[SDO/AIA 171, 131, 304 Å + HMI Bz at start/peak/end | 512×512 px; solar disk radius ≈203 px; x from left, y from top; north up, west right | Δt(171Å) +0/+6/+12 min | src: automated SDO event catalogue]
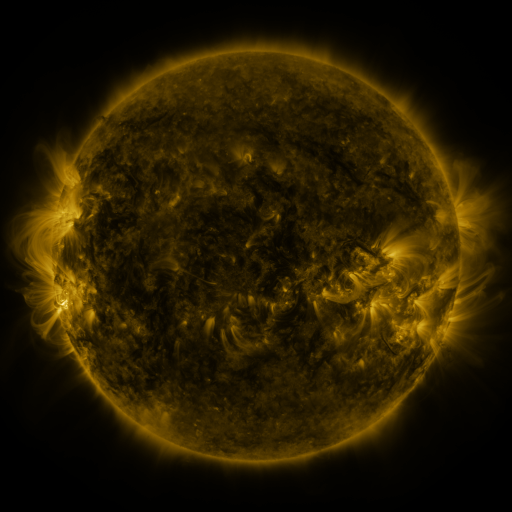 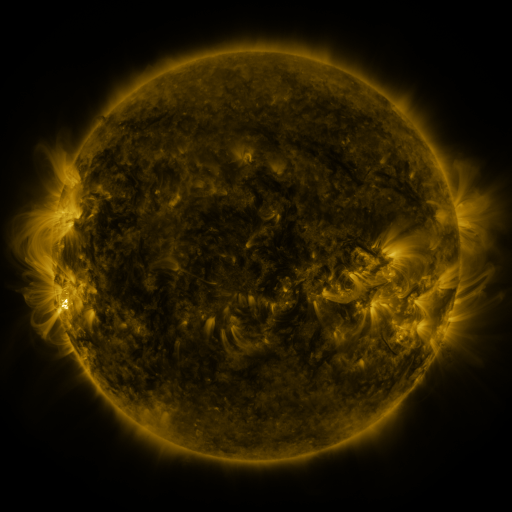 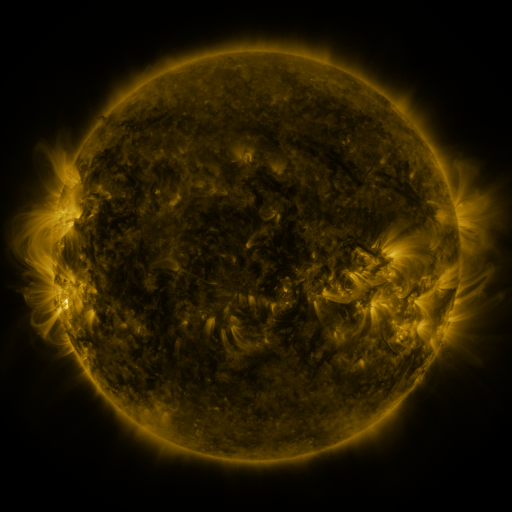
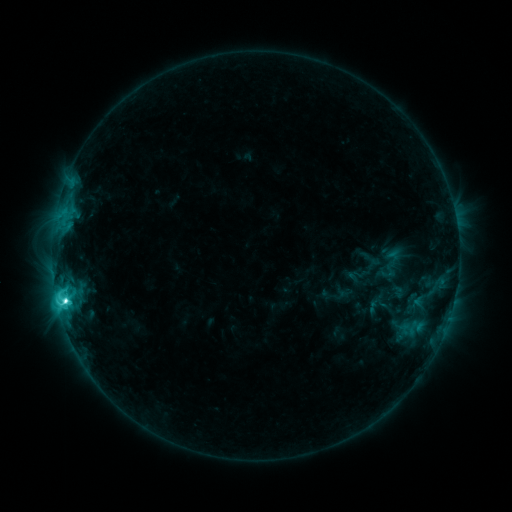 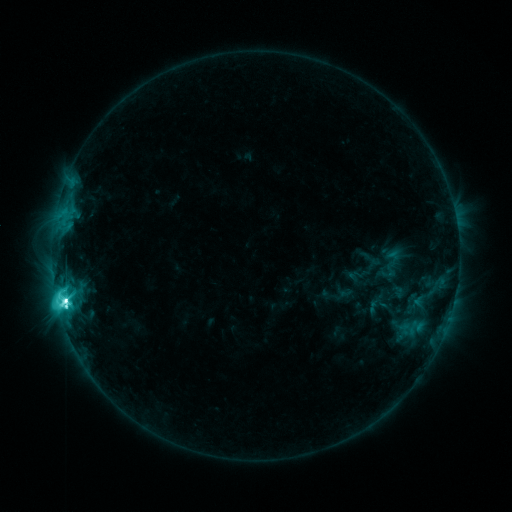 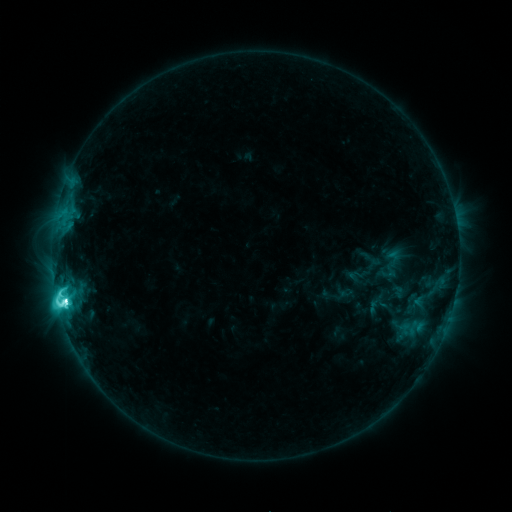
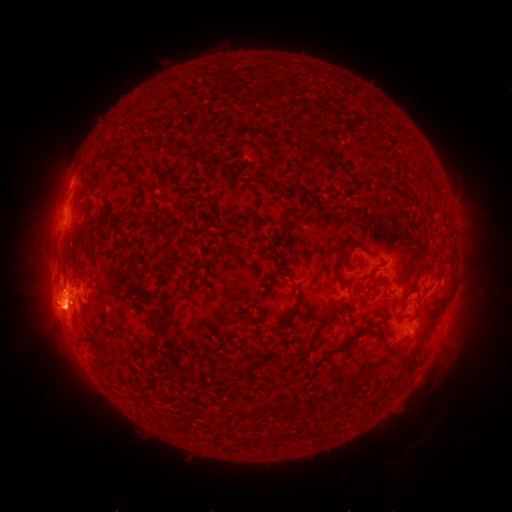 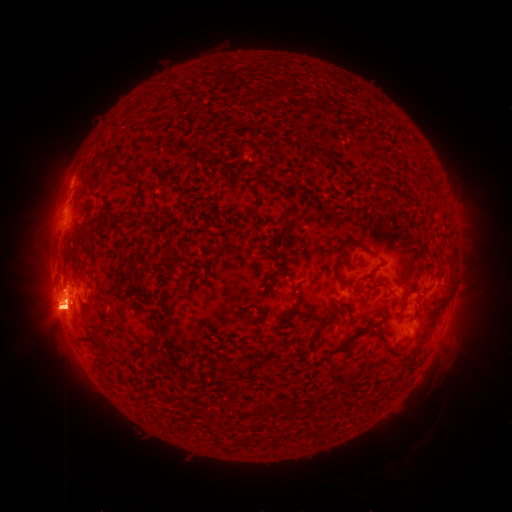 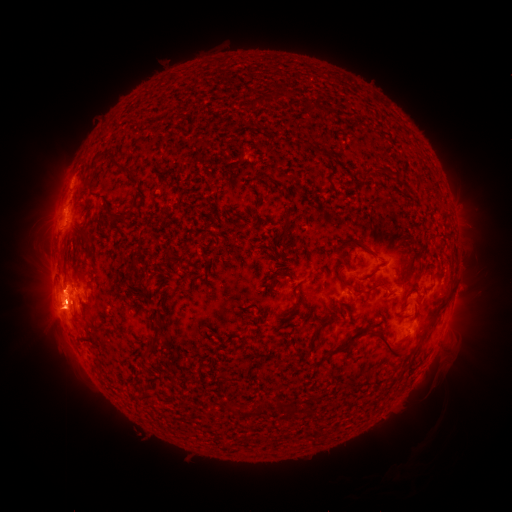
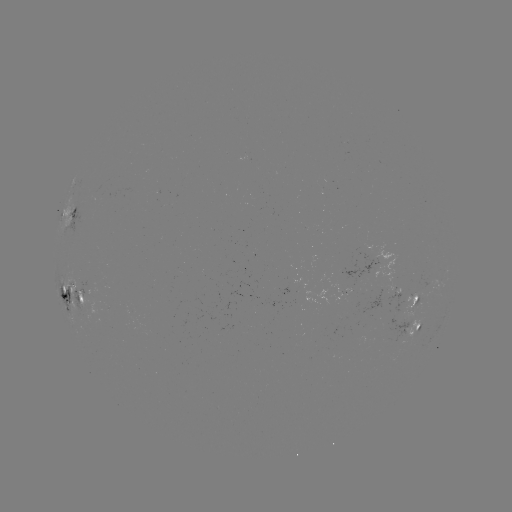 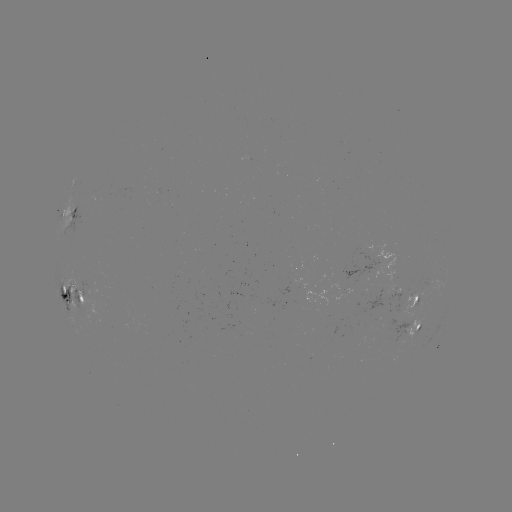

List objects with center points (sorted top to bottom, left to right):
eruption: (49, 310)
